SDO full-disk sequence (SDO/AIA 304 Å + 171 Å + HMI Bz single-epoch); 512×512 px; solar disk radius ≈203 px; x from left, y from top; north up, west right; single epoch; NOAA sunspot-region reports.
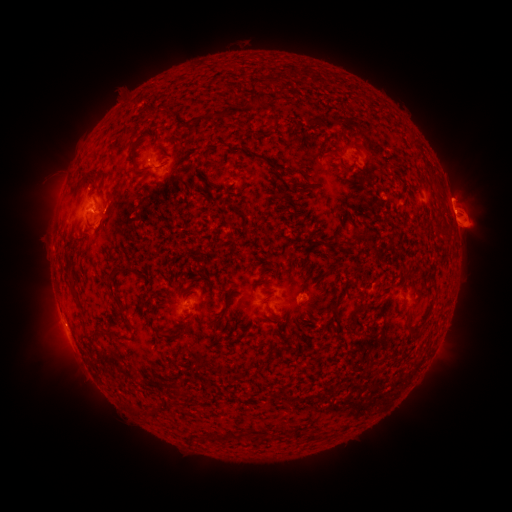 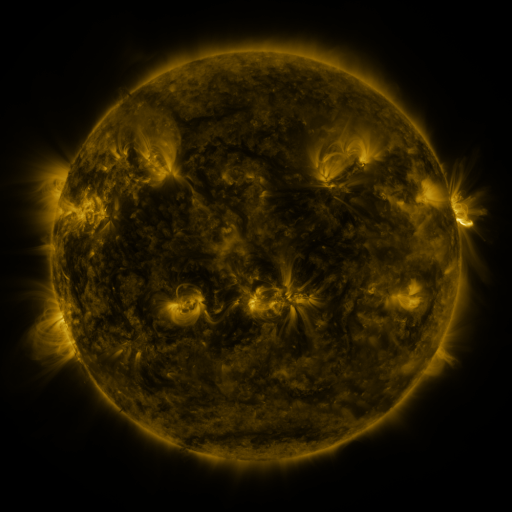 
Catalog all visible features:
spotted active region: (372, 158)
spotted active region: (177, 175)
spotted active region: (453, 211)
spotted active region: (99, 214)
spotted active region: (404, 298)
spotted active region: (189, 304)
